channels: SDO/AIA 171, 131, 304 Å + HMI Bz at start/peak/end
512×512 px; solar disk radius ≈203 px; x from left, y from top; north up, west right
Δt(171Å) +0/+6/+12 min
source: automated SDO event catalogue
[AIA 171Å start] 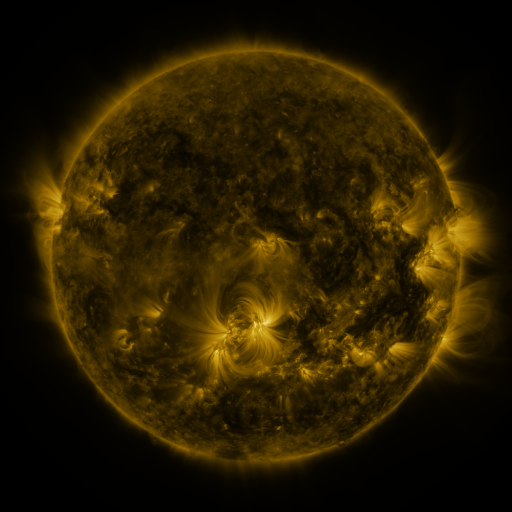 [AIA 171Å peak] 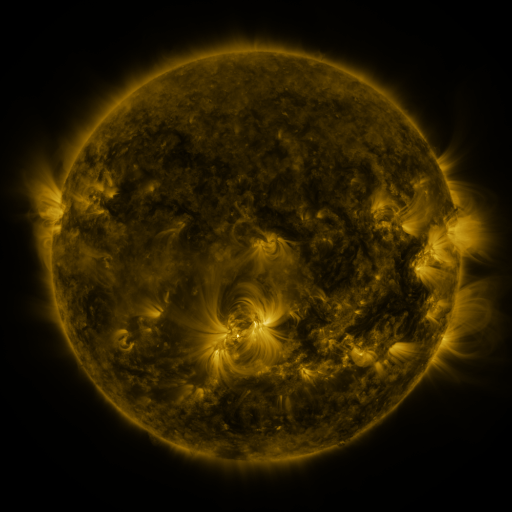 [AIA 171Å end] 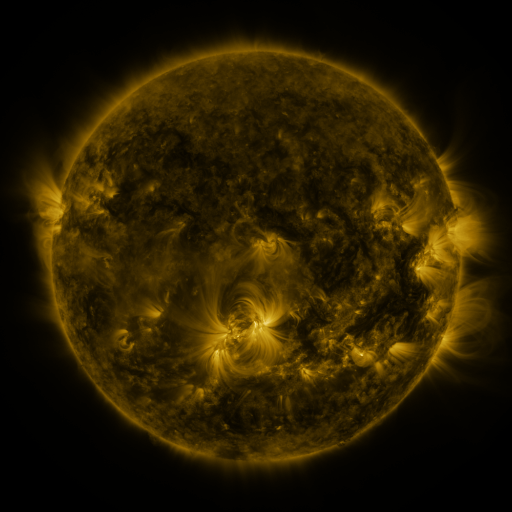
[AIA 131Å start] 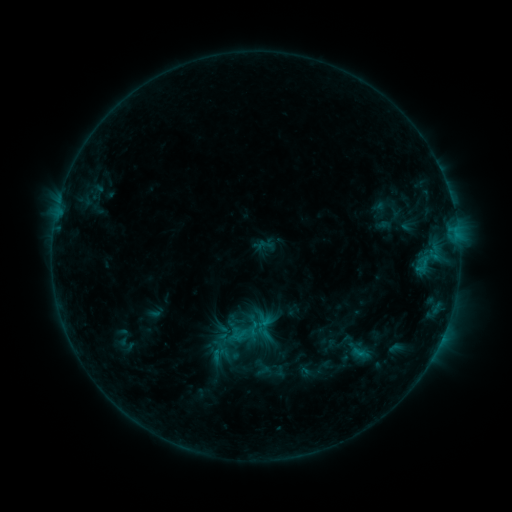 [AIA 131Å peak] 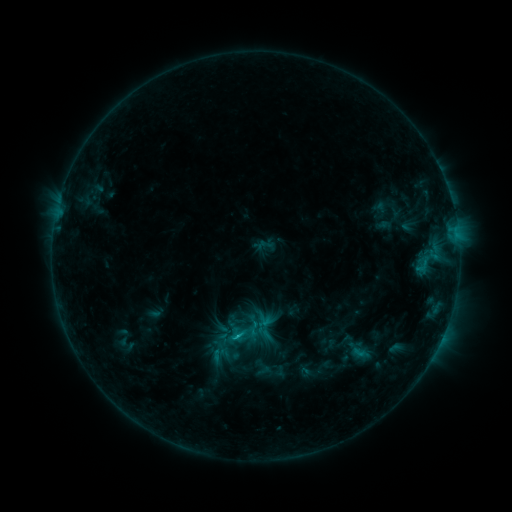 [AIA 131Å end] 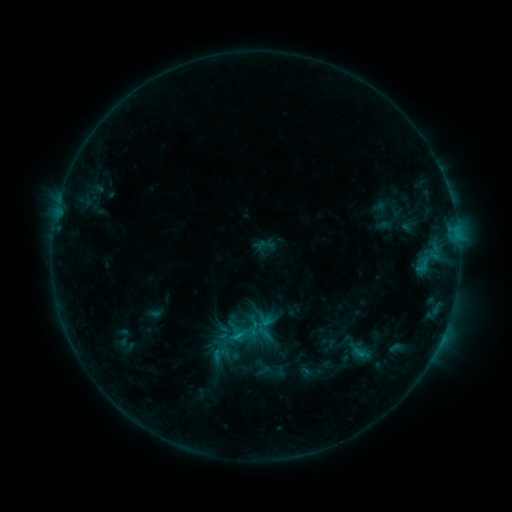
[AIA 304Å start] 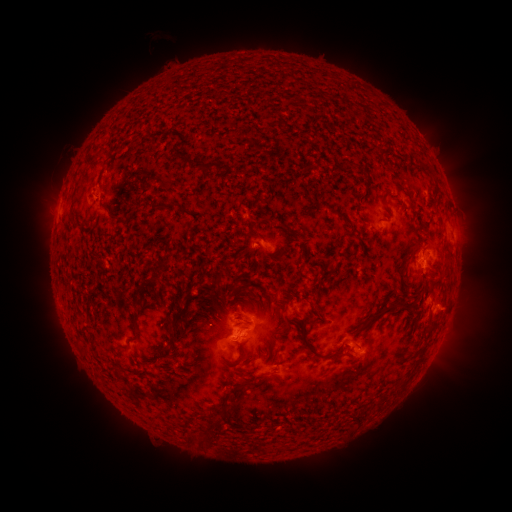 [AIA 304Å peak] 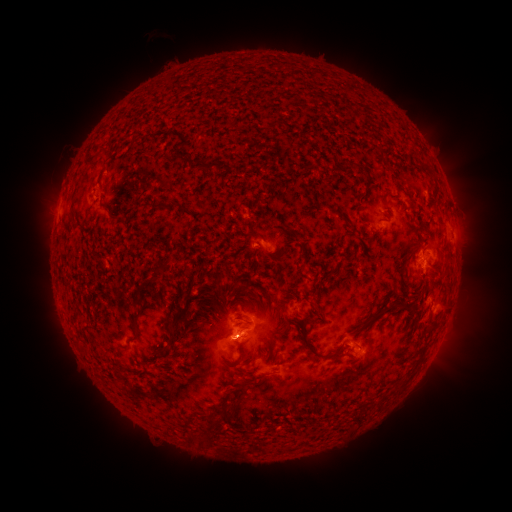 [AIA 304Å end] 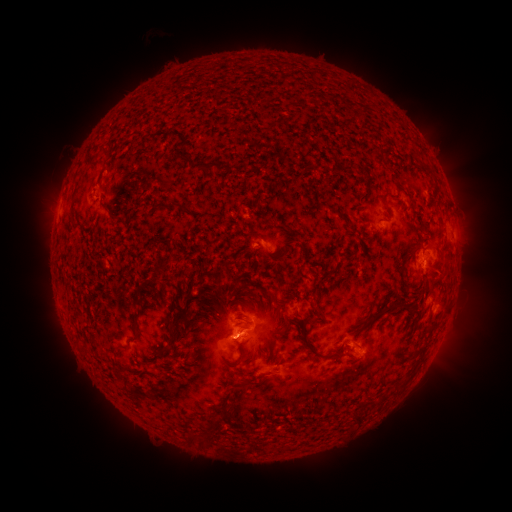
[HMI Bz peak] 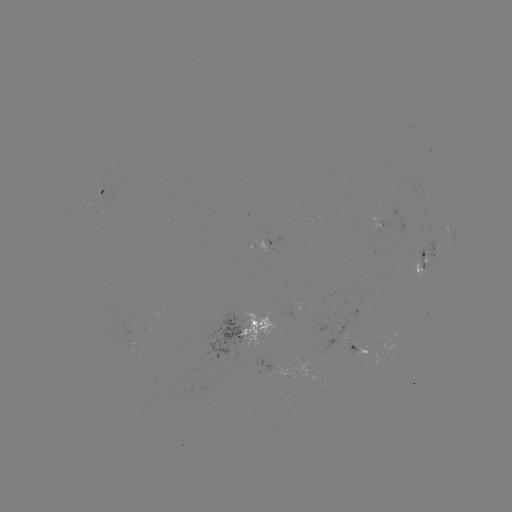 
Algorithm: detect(B7.3 flare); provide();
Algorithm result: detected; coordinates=(238, 336)